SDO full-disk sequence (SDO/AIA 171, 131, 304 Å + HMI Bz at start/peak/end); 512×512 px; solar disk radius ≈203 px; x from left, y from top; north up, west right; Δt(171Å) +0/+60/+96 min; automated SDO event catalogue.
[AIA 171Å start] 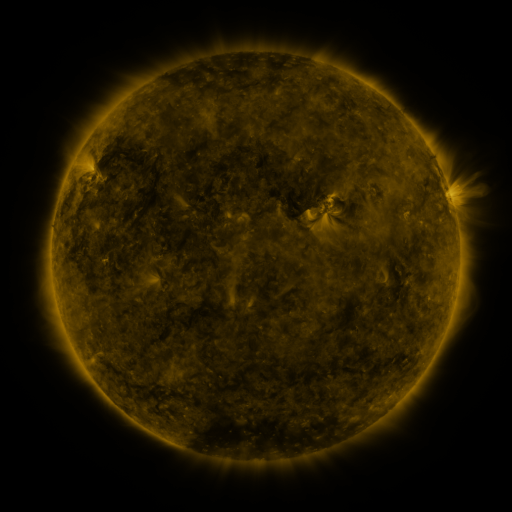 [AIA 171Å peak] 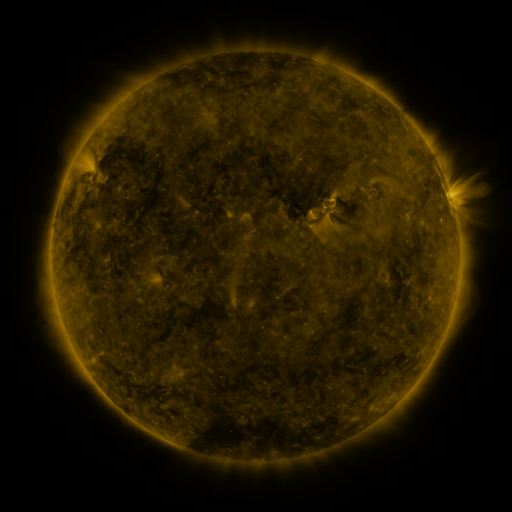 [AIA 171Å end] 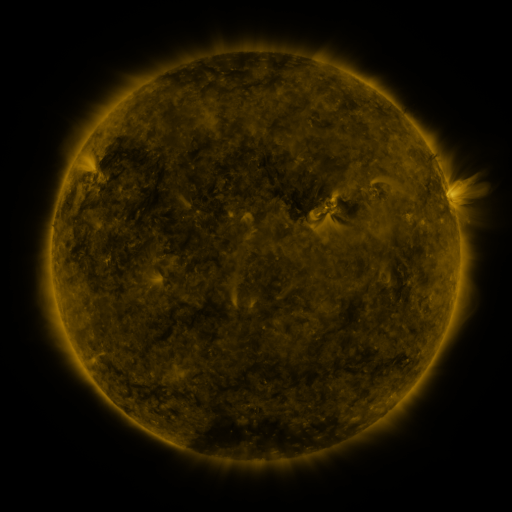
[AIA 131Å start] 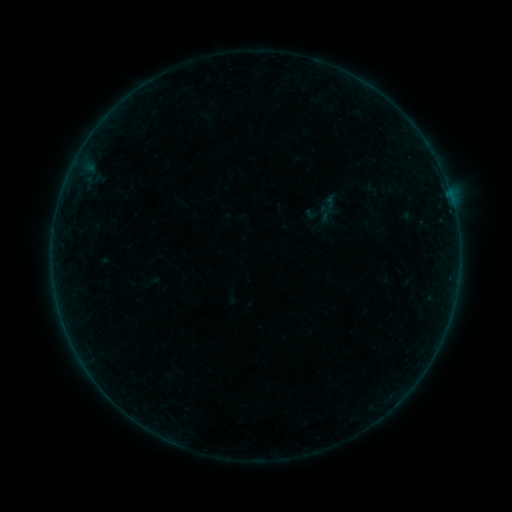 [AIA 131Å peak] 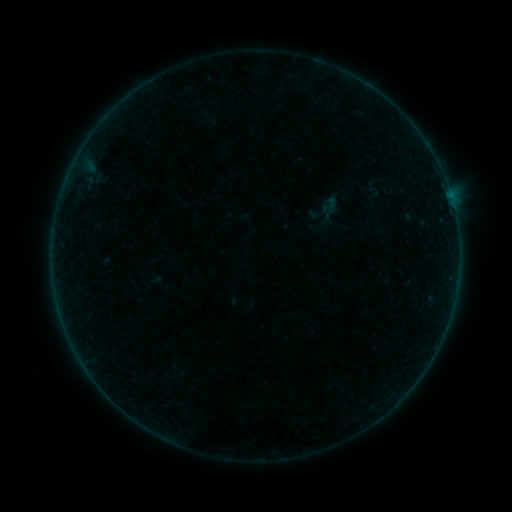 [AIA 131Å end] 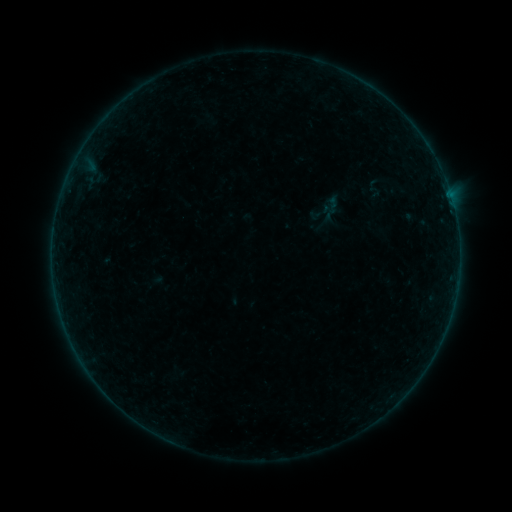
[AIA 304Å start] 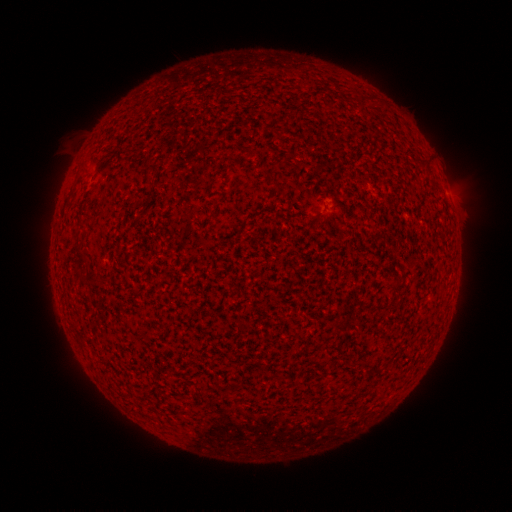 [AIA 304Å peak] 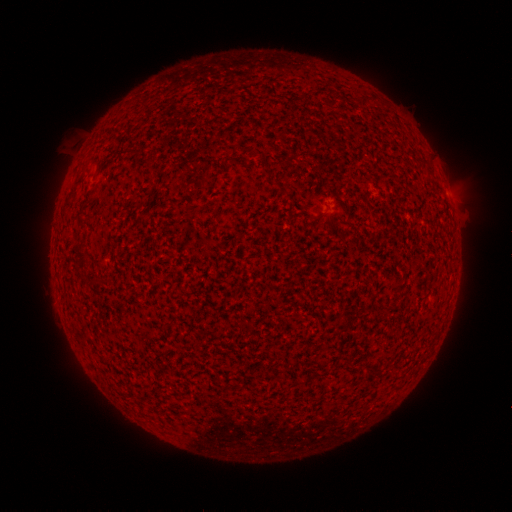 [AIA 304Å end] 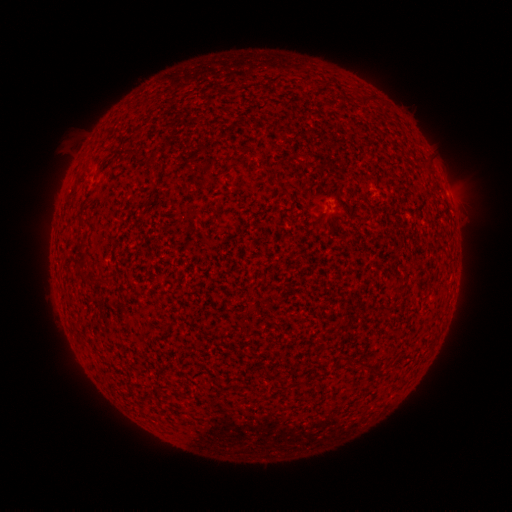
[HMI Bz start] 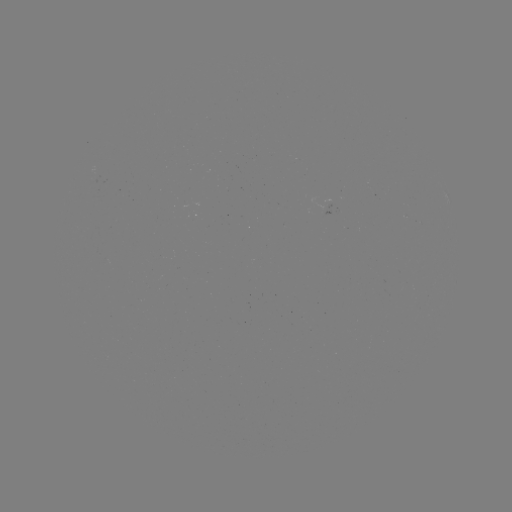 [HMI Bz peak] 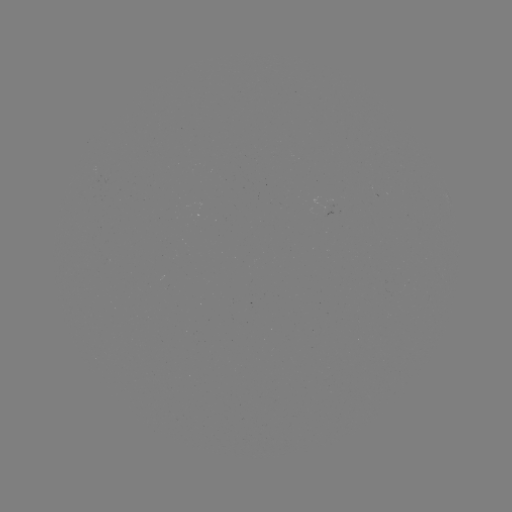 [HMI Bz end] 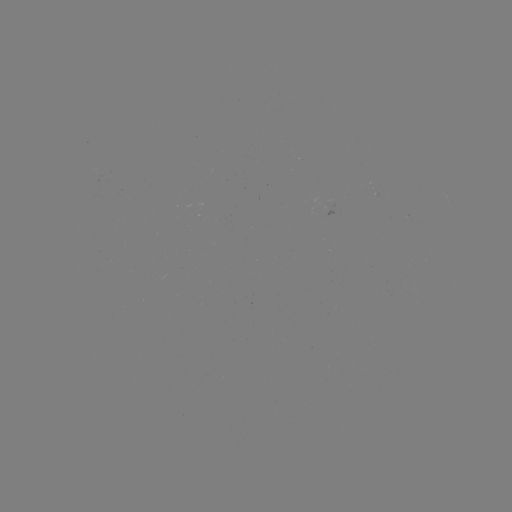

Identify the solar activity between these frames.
emerging-flux region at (332, 202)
